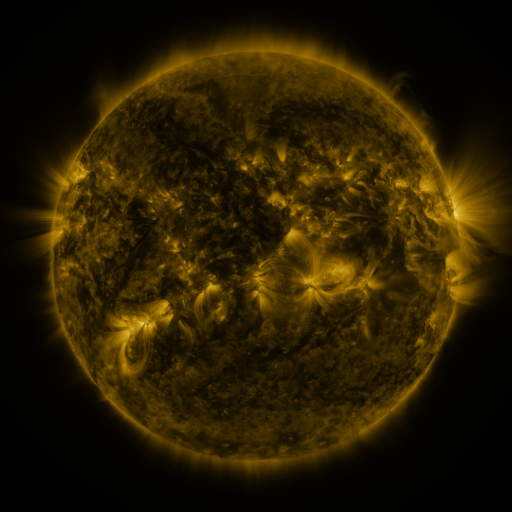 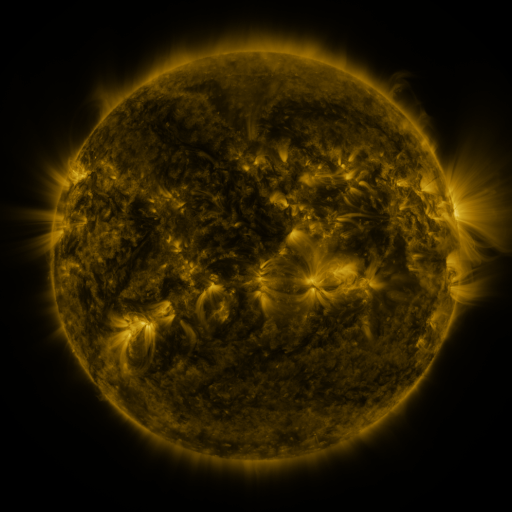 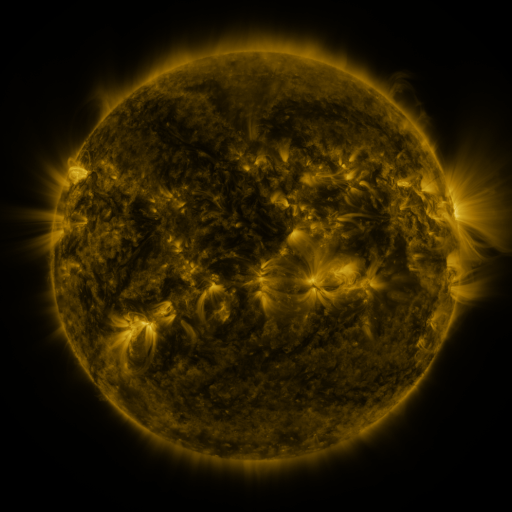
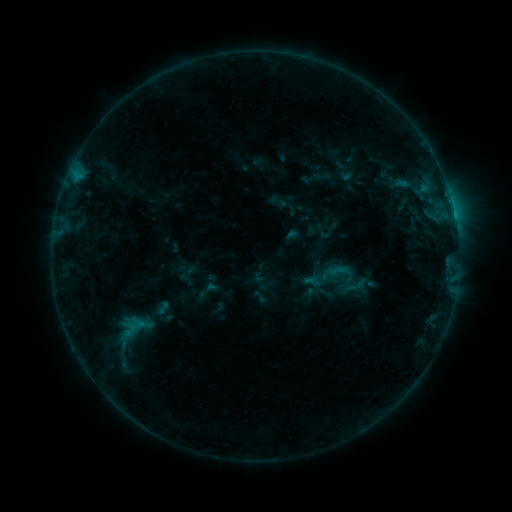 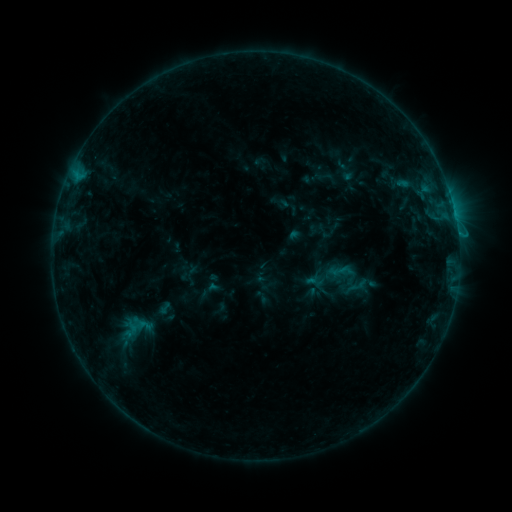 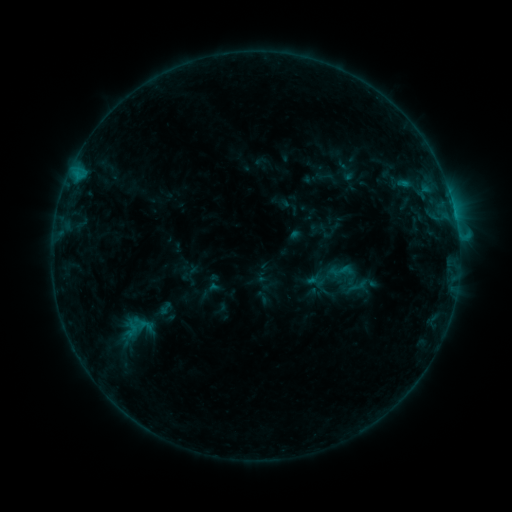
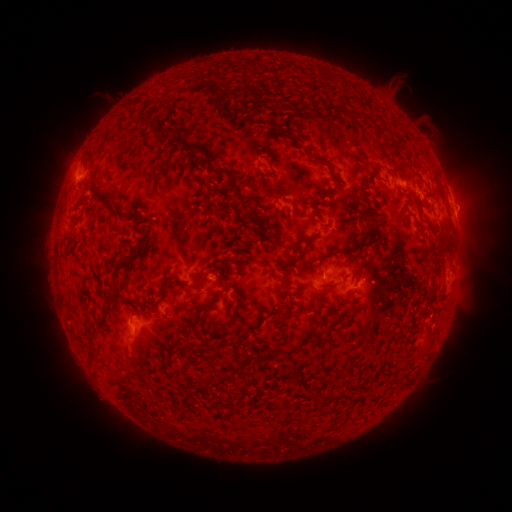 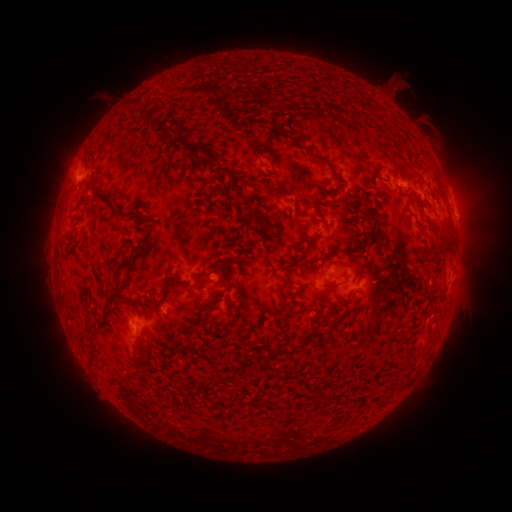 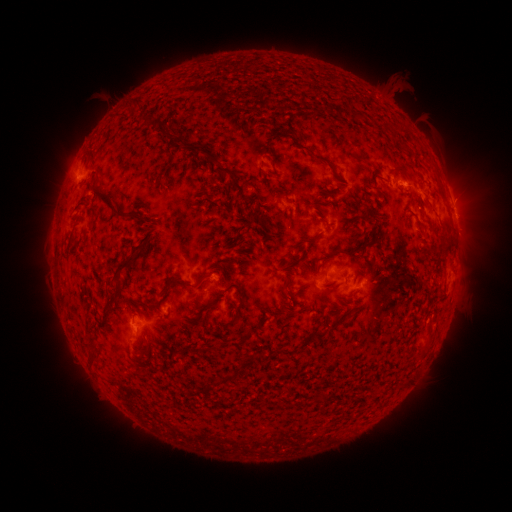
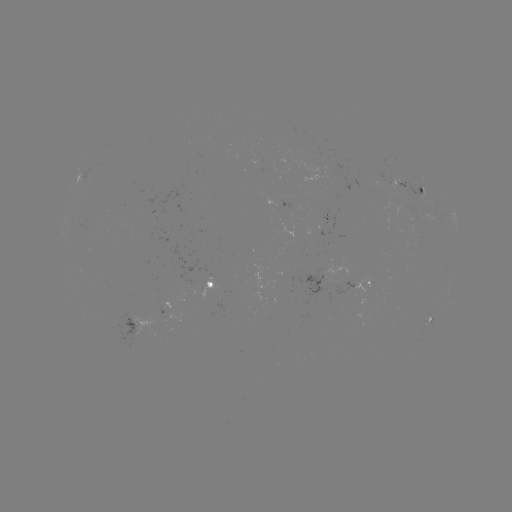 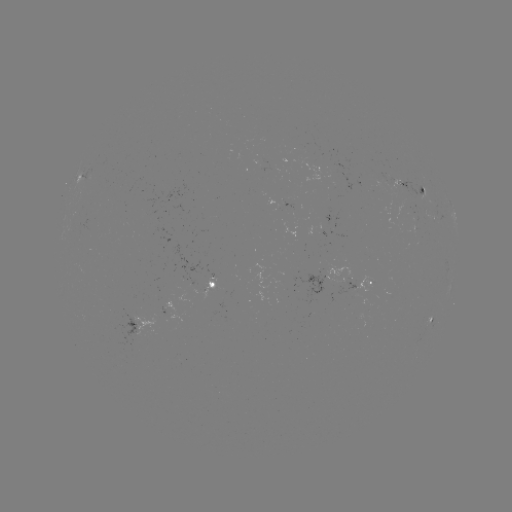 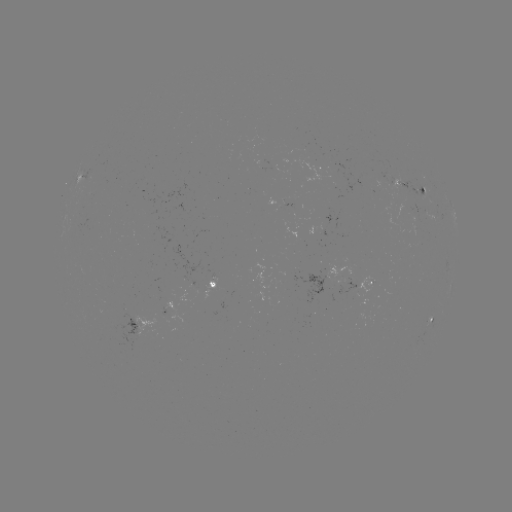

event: emerging-flux region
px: (402, 185)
